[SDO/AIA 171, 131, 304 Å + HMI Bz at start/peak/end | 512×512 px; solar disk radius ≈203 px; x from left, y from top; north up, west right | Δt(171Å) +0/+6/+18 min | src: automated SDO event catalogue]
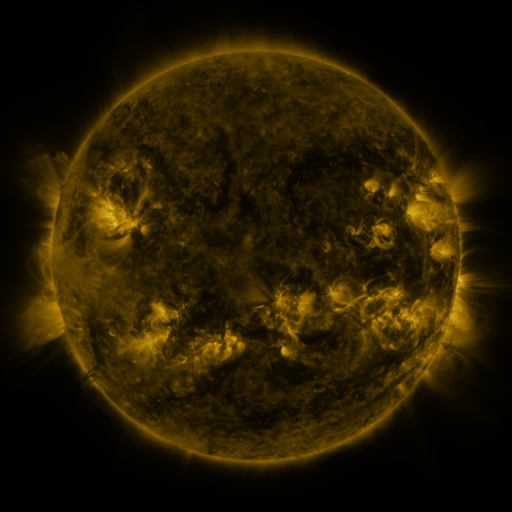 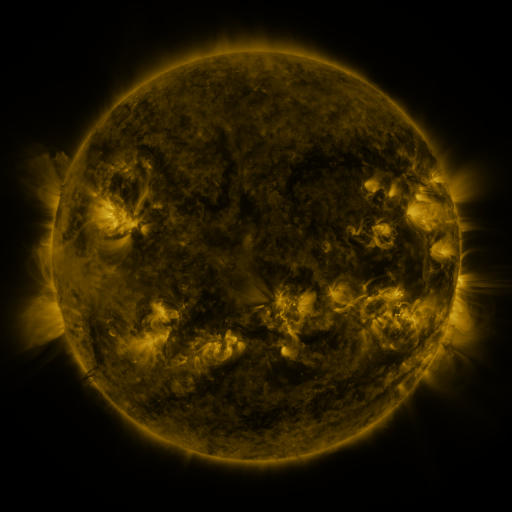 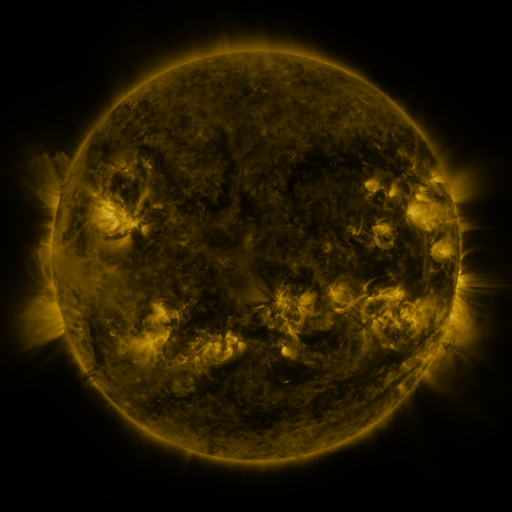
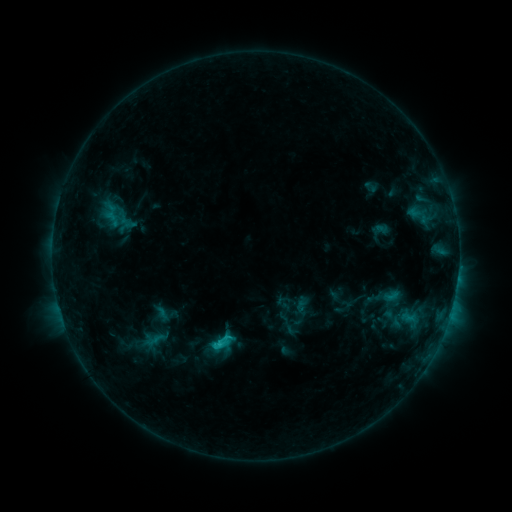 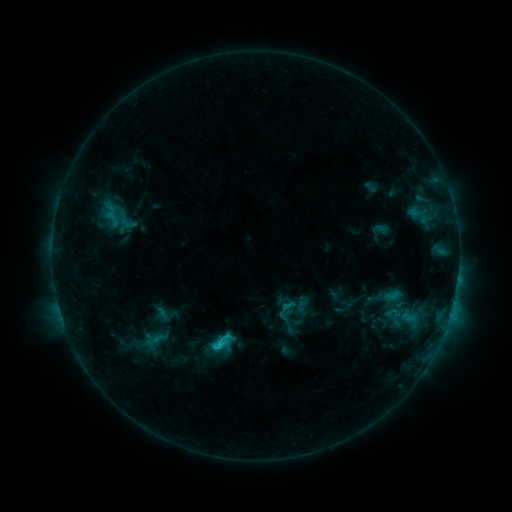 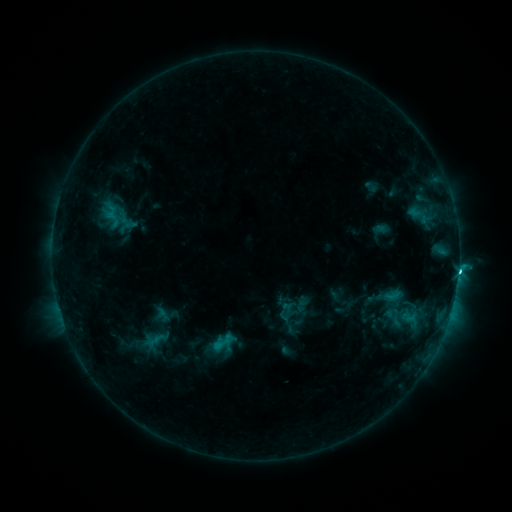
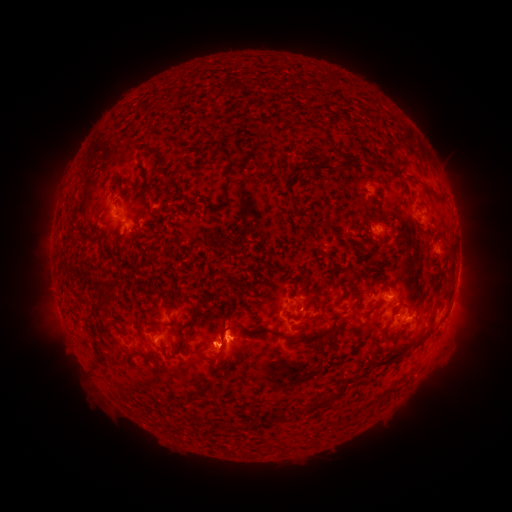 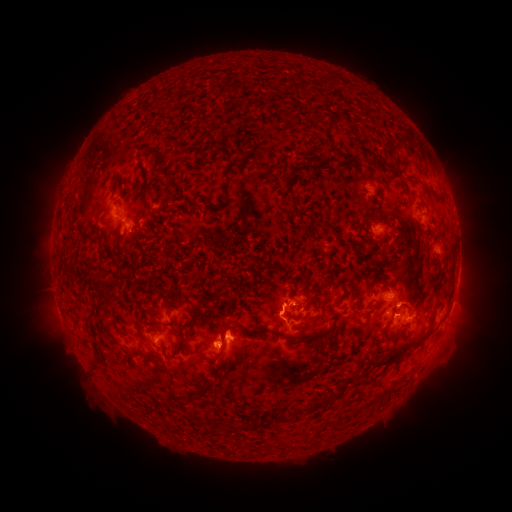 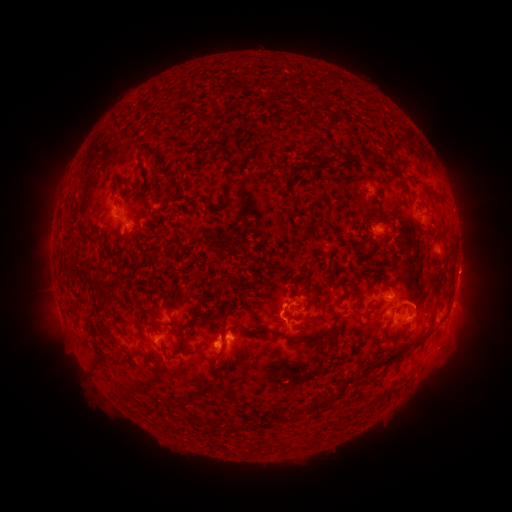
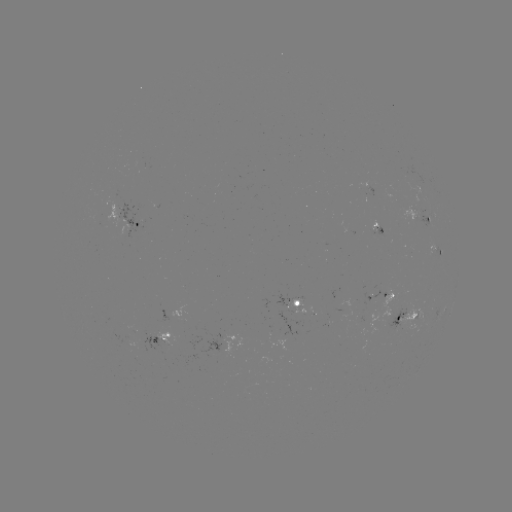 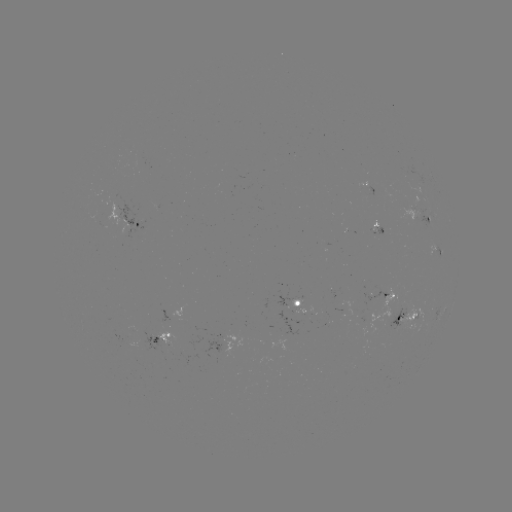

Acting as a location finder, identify eruption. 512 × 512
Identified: (412, 295).